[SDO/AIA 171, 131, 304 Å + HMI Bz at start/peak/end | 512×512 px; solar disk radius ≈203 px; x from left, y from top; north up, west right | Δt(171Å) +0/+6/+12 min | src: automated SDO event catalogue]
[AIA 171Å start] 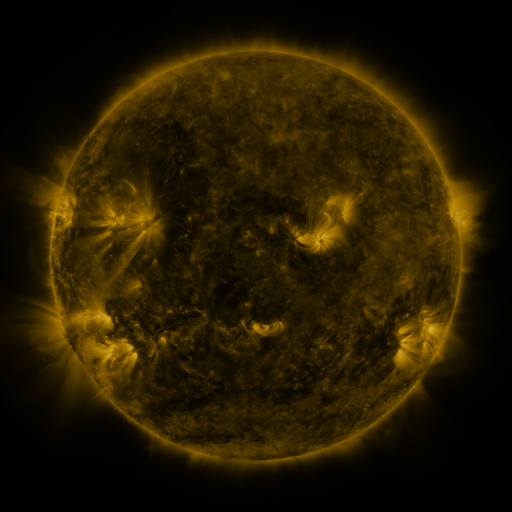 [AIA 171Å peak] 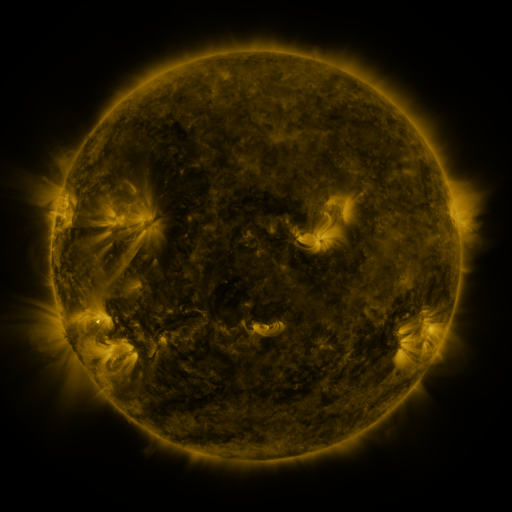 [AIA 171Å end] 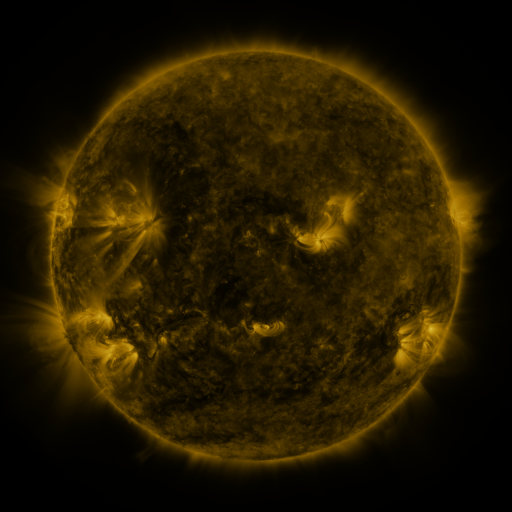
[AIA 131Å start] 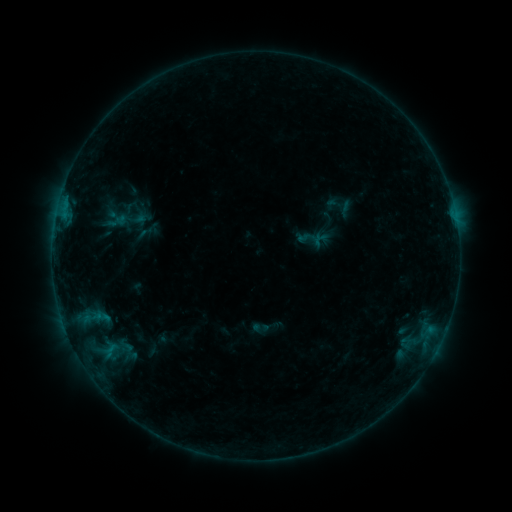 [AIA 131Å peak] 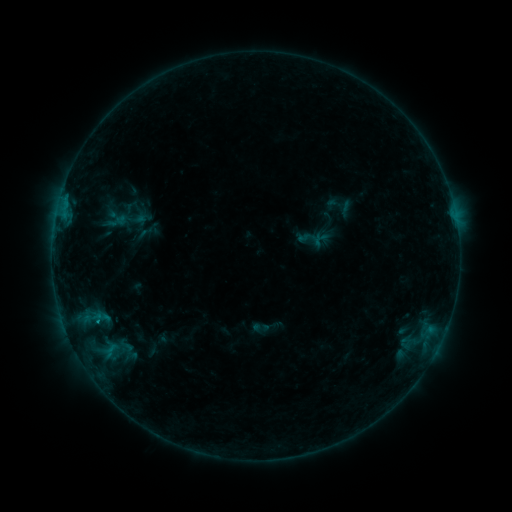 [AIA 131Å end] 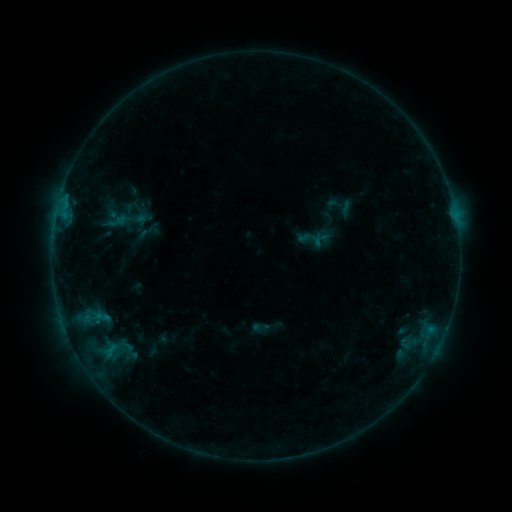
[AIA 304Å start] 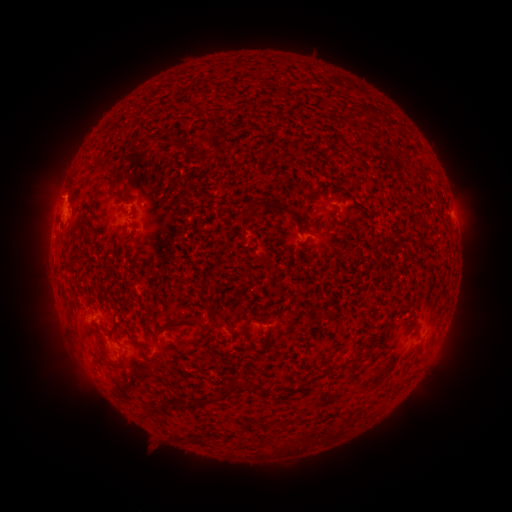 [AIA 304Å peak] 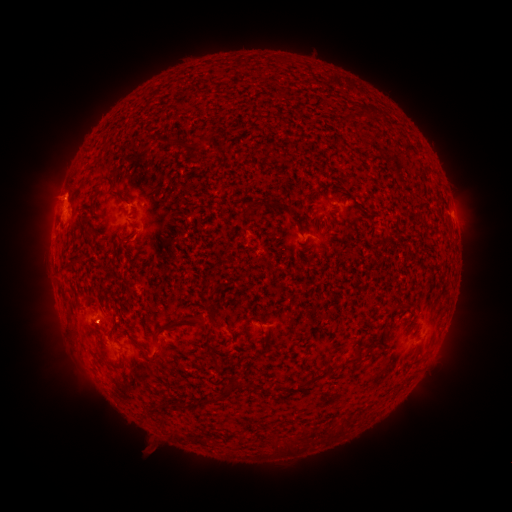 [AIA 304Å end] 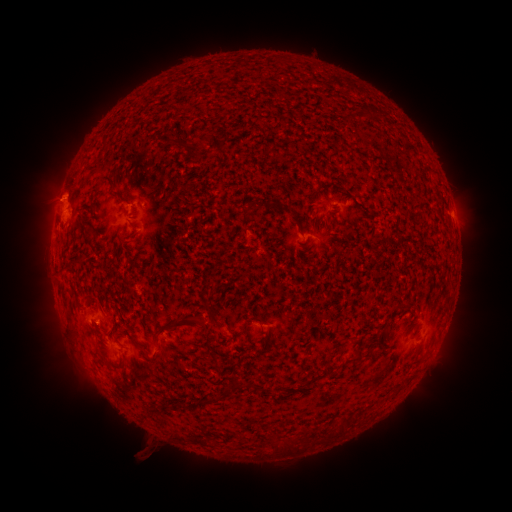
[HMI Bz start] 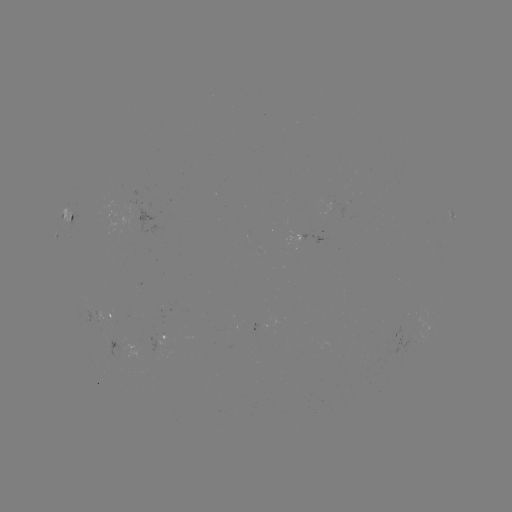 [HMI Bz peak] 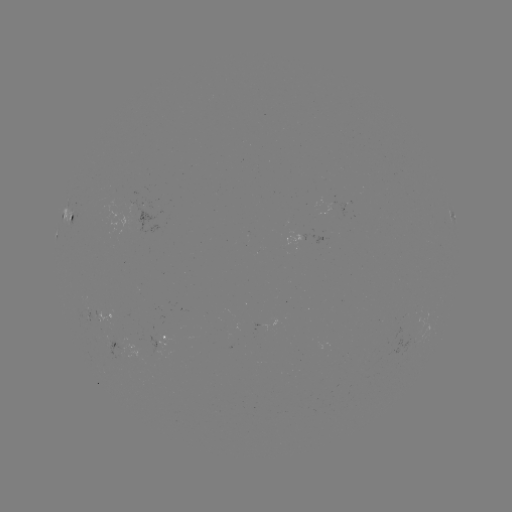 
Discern B3.3 flare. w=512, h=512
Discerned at (455, 217).